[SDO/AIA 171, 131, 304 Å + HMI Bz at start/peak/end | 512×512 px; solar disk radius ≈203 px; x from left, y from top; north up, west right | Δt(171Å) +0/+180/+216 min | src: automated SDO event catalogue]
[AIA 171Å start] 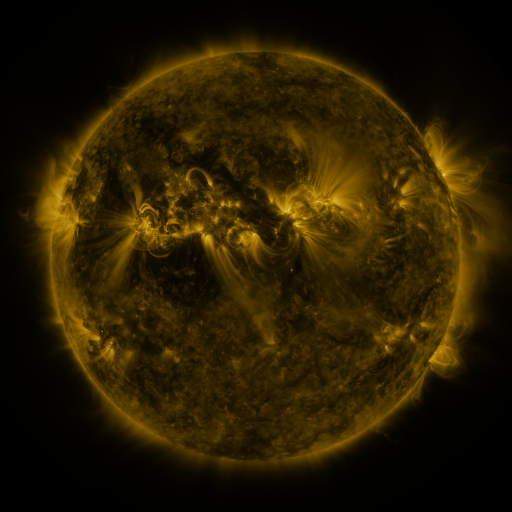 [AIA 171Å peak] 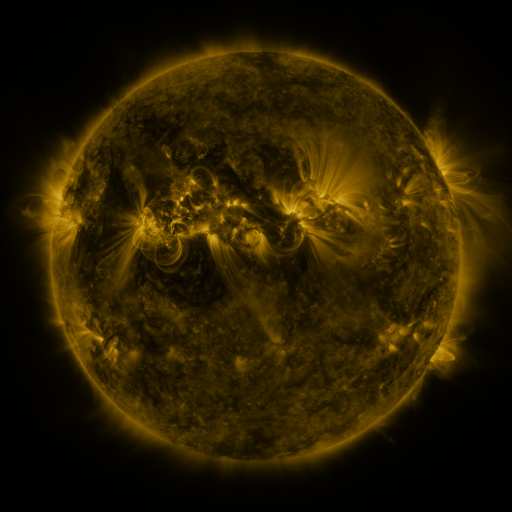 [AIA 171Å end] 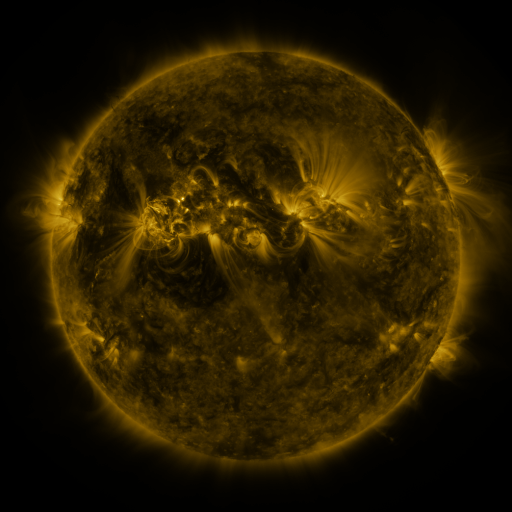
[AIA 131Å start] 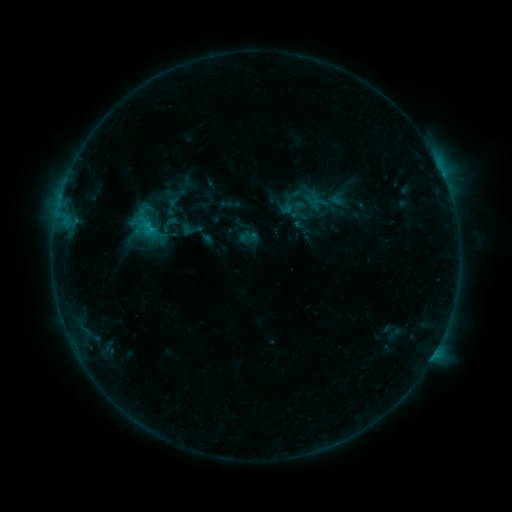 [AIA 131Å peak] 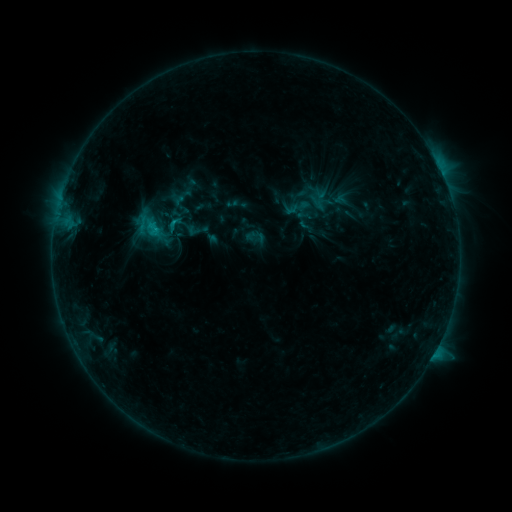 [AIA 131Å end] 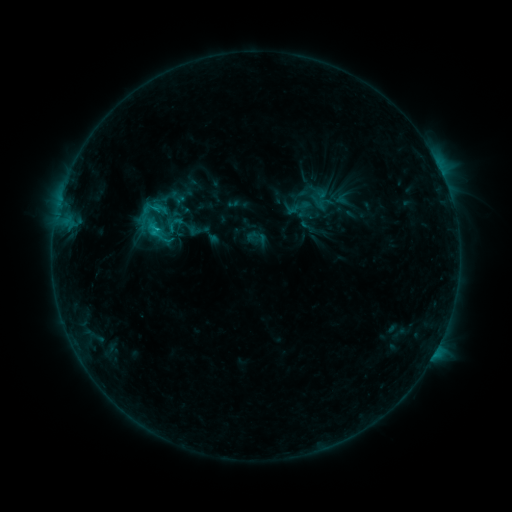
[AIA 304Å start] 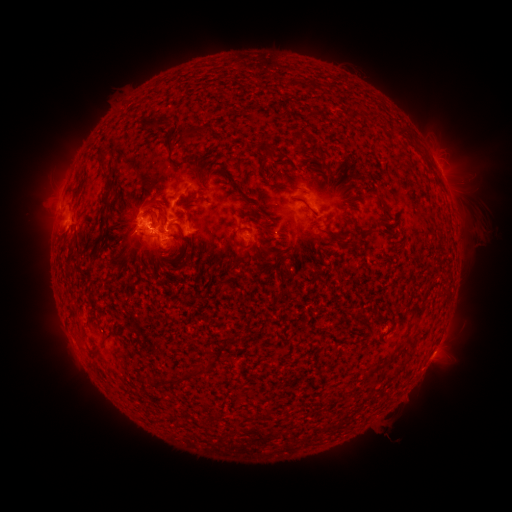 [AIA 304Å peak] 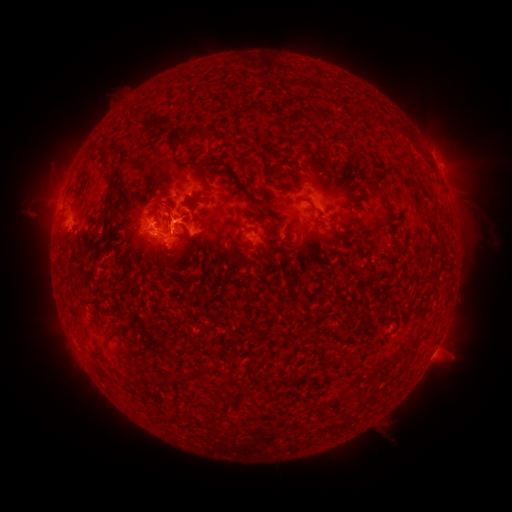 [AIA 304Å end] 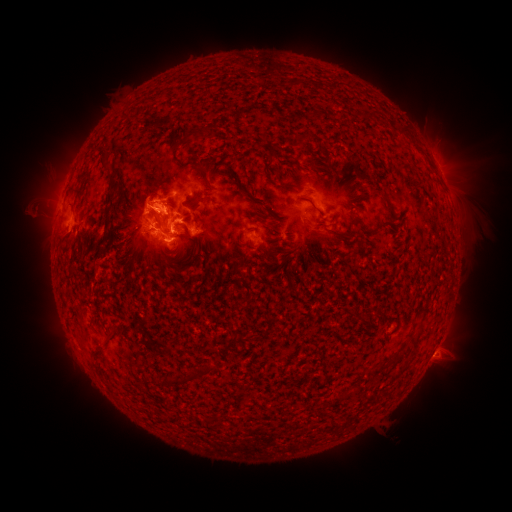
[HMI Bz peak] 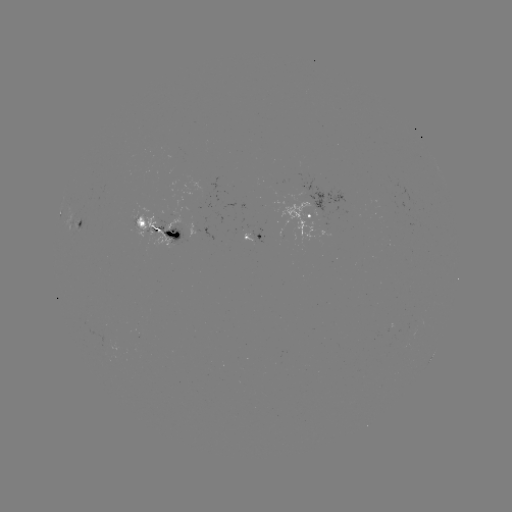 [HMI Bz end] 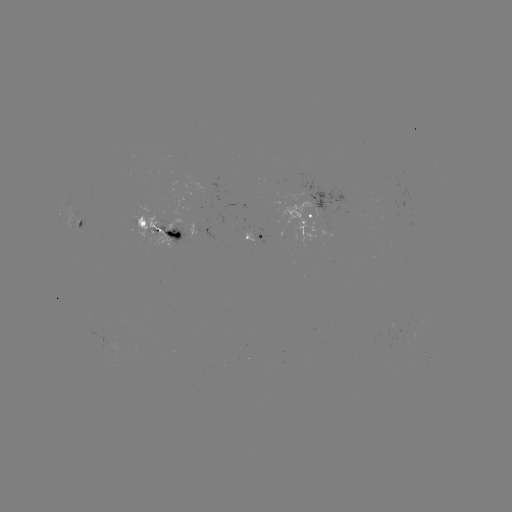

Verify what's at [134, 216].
emerging-flux region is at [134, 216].